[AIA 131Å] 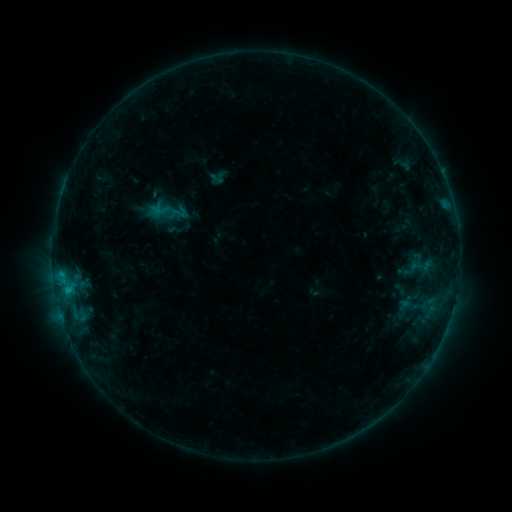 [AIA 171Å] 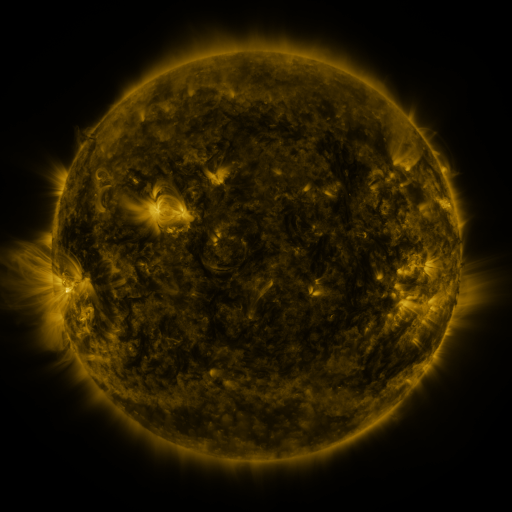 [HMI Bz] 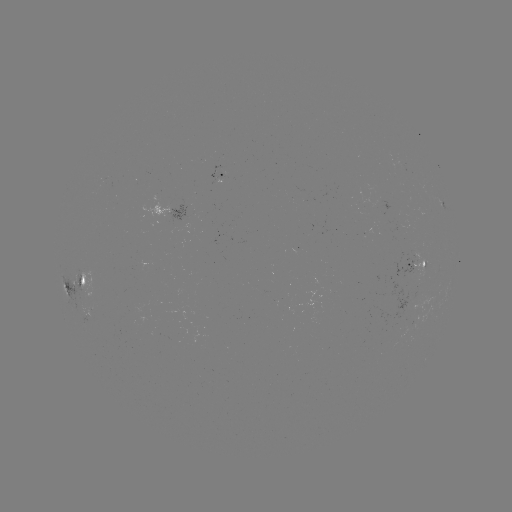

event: sigmoid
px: (162, 209)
